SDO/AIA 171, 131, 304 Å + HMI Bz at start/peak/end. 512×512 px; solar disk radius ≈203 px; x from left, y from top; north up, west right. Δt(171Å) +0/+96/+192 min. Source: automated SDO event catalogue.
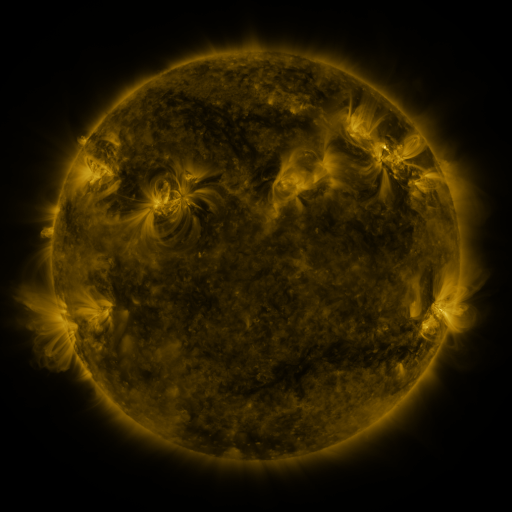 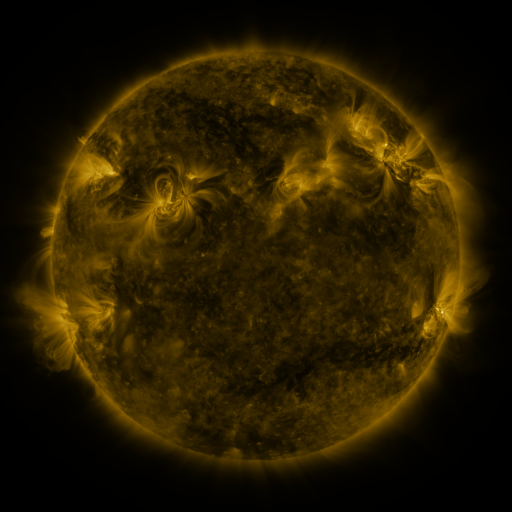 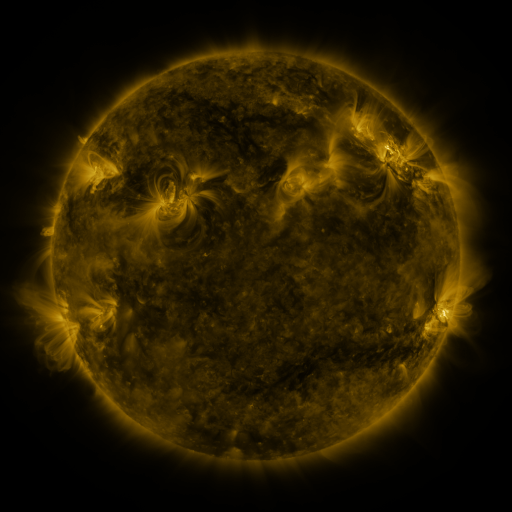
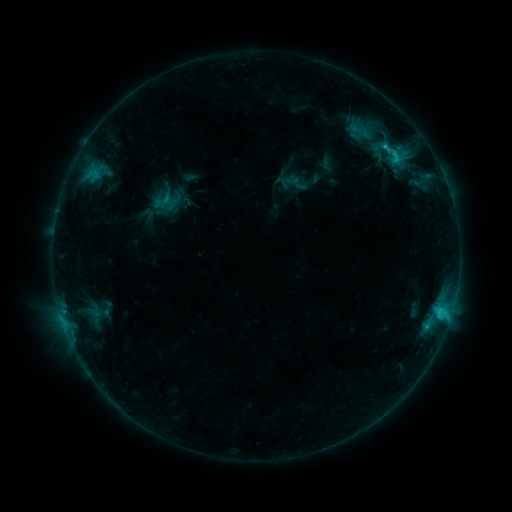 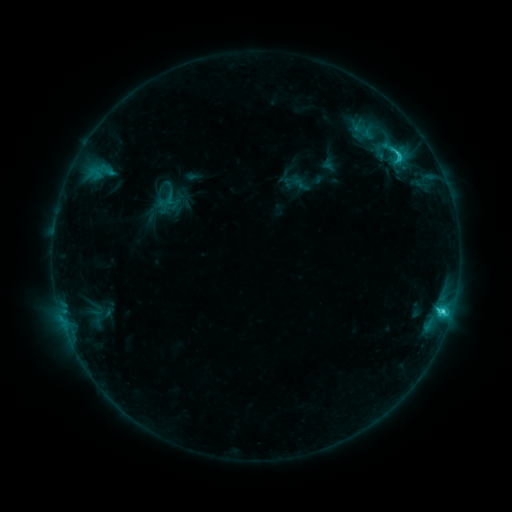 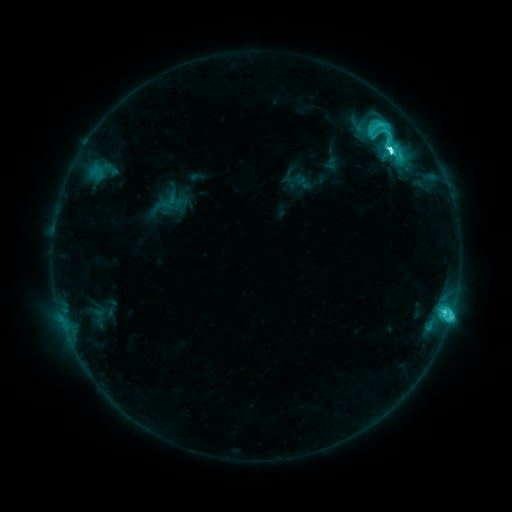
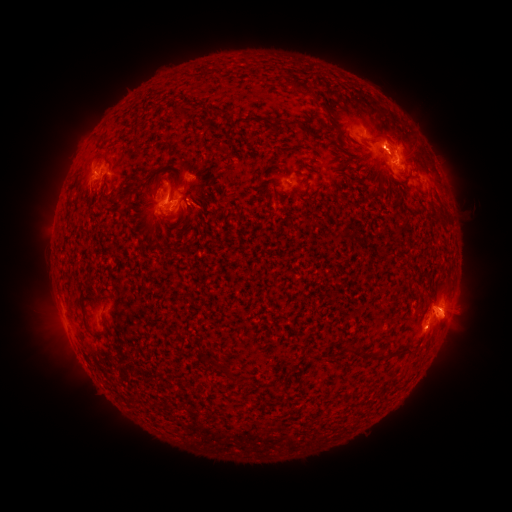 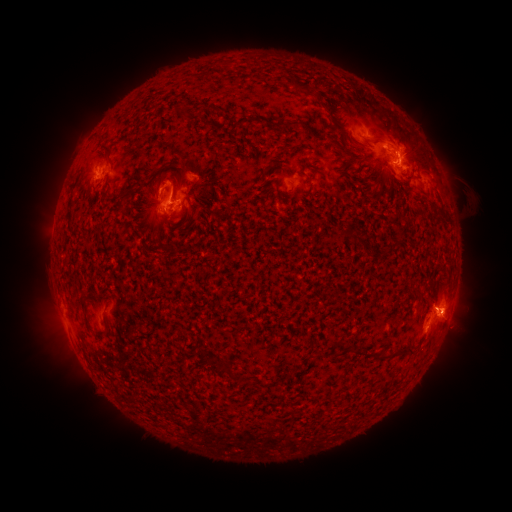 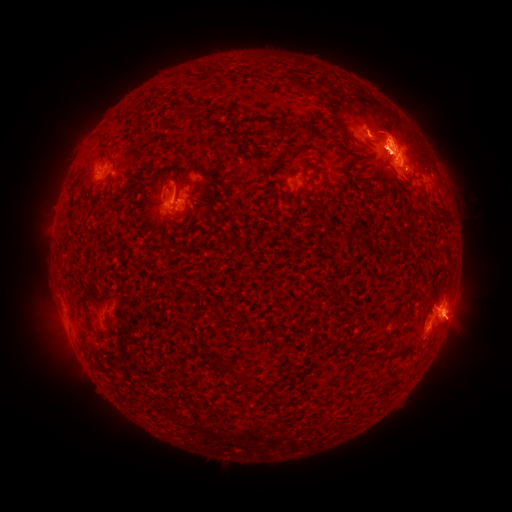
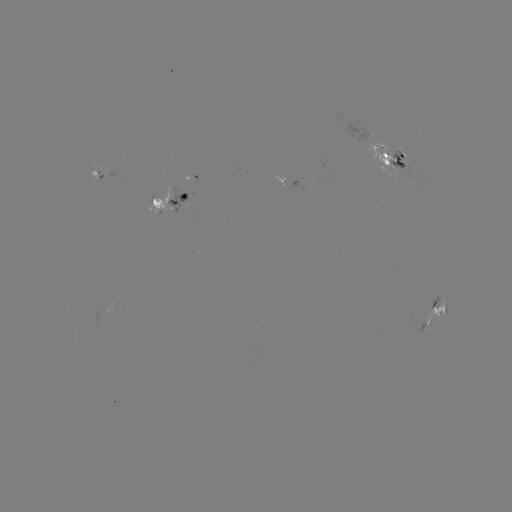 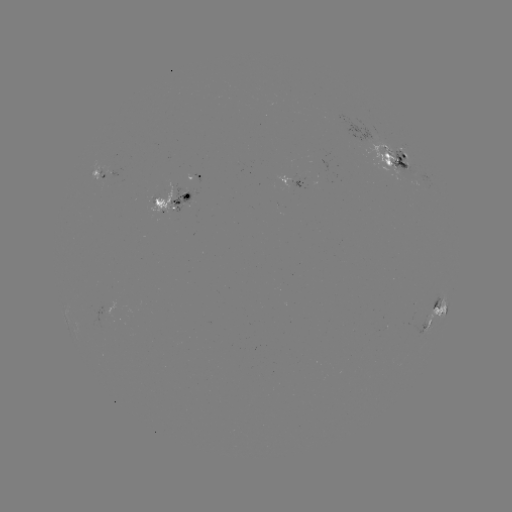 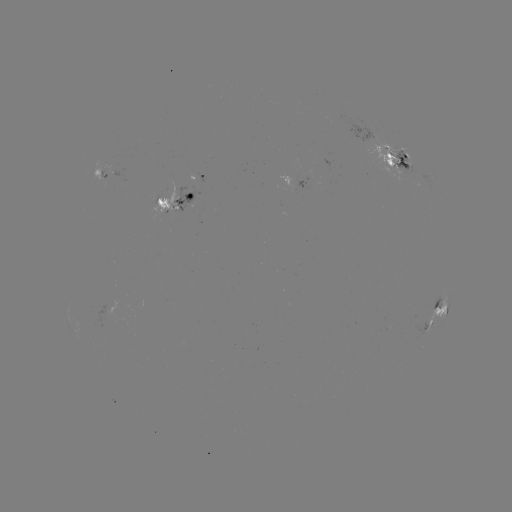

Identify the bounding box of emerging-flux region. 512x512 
[173, 205, 185, 212].